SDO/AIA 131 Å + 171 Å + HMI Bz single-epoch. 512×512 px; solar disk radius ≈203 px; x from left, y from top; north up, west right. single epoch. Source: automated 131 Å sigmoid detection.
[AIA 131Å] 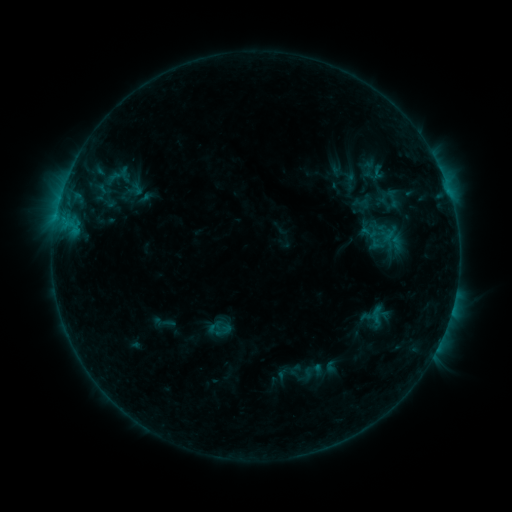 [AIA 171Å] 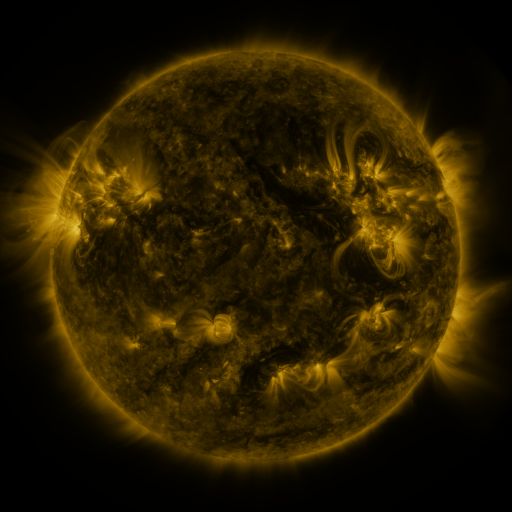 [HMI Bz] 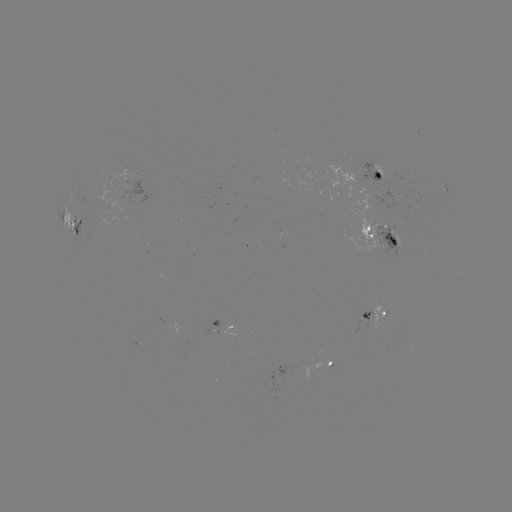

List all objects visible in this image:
sigmoid: (393, 198)
sigmoid: (369, 232)
